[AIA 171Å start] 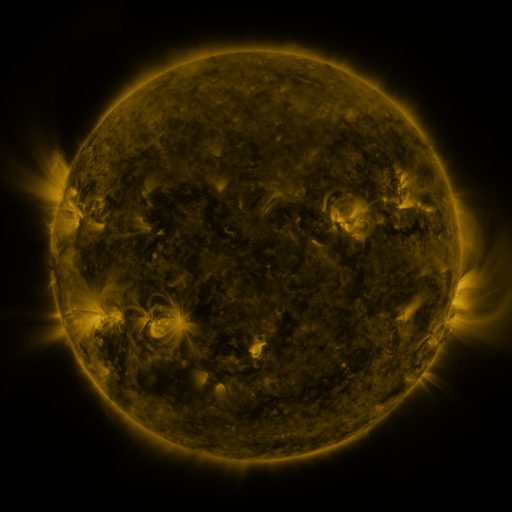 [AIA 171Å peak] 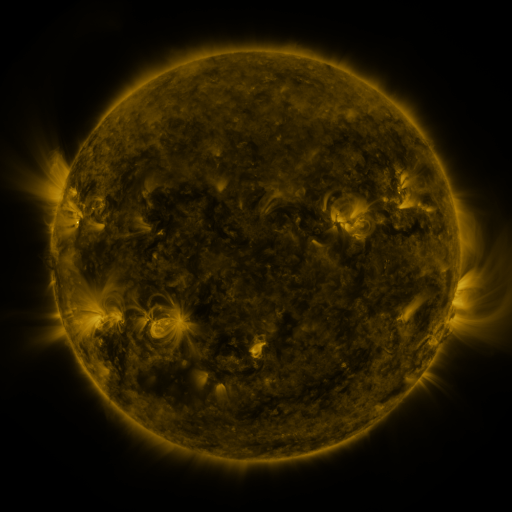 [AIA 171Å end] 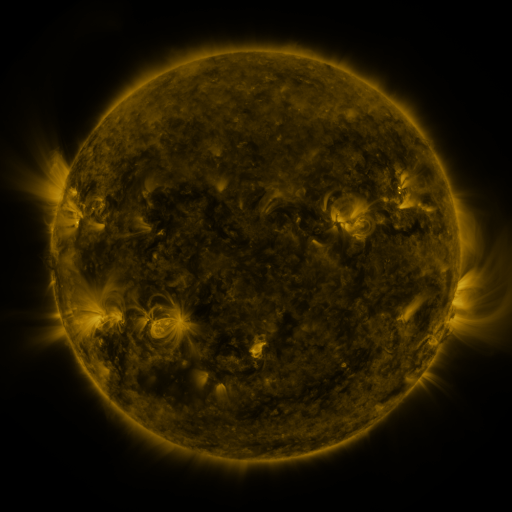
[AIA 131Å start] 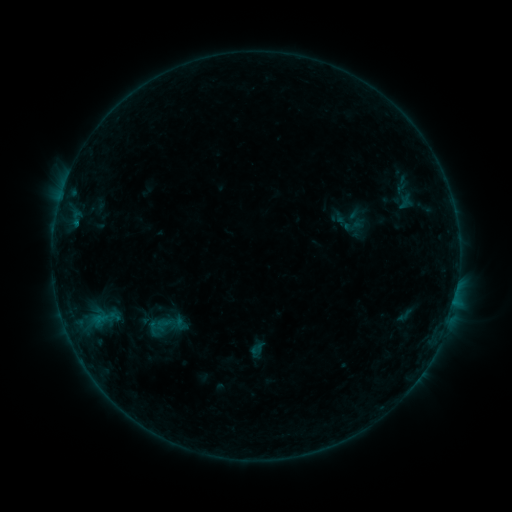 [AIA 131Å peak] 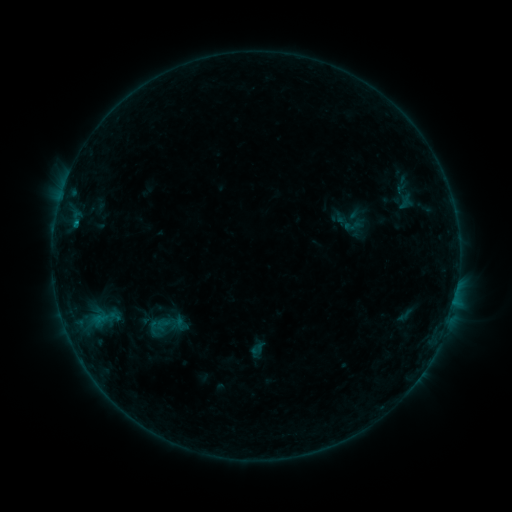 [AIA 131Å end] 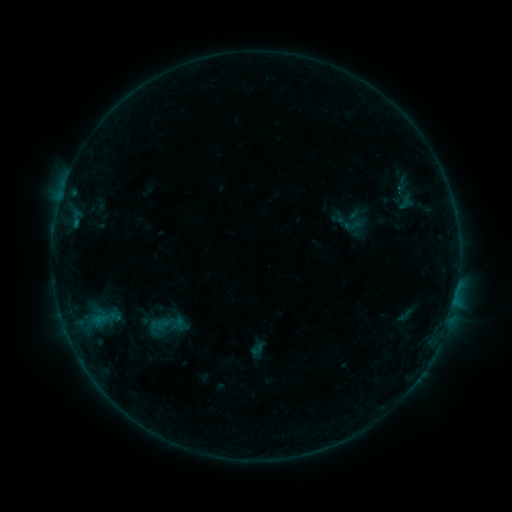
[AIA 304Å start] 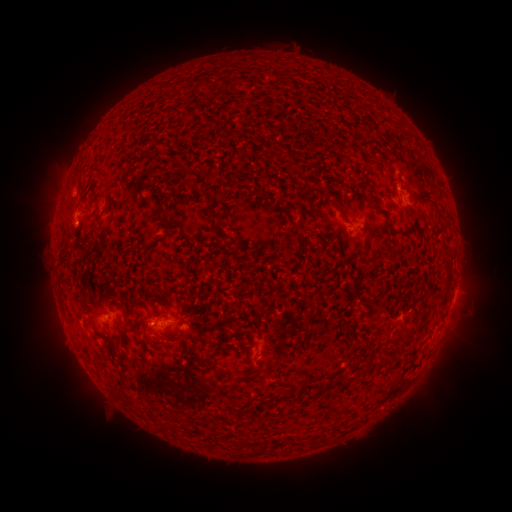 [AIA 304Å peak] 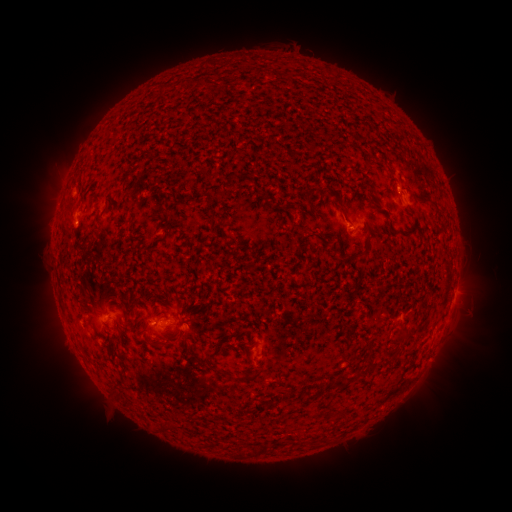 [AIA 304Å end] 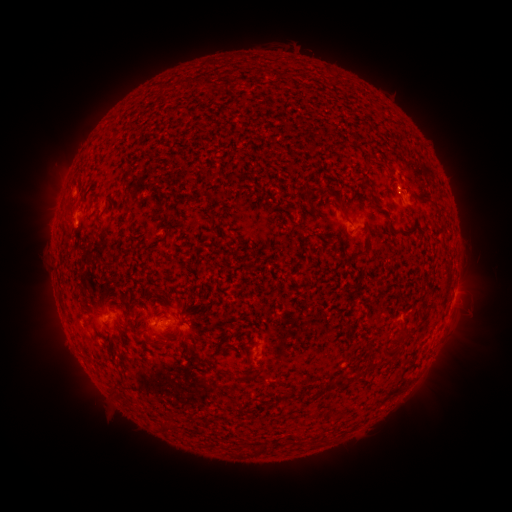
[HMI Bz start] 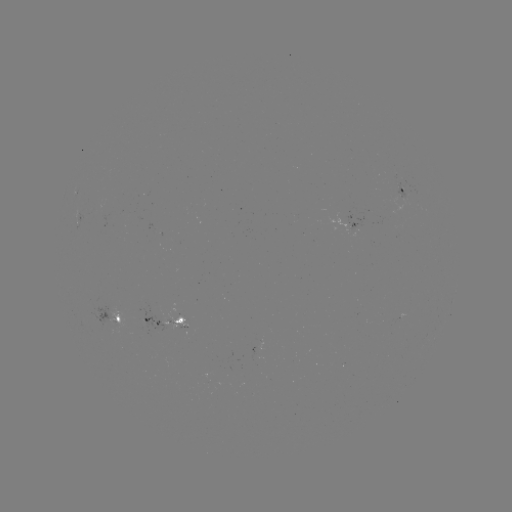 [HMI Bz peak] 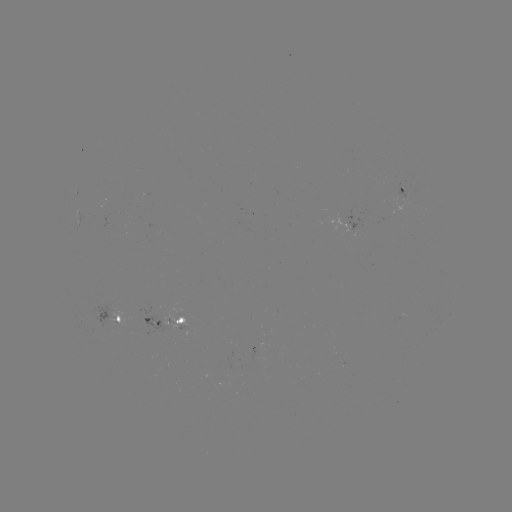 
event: flare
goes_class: B3.8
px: (77, 224)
